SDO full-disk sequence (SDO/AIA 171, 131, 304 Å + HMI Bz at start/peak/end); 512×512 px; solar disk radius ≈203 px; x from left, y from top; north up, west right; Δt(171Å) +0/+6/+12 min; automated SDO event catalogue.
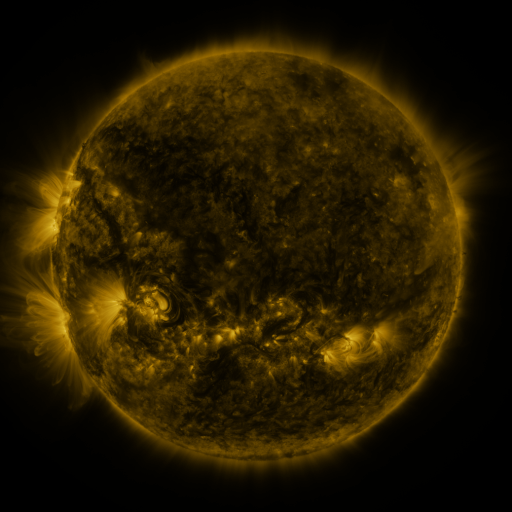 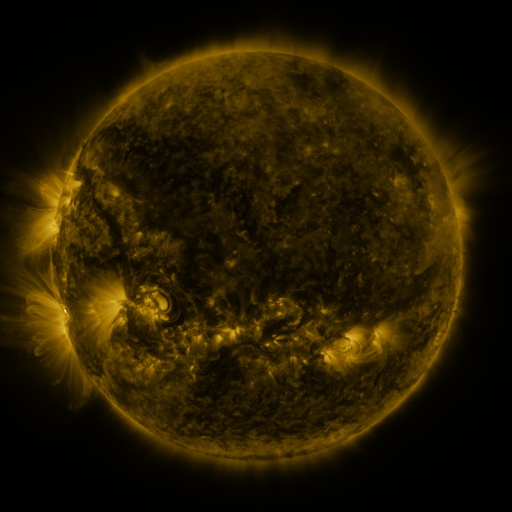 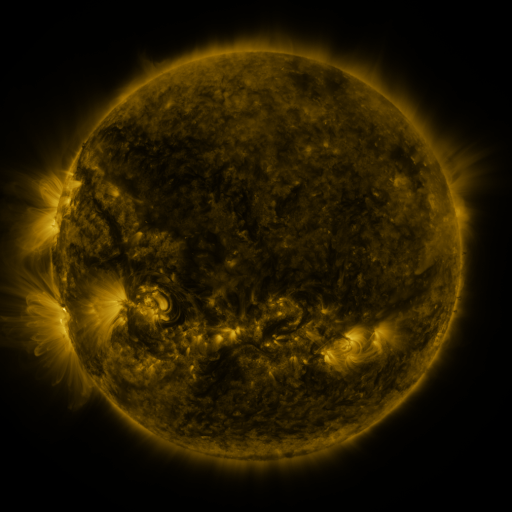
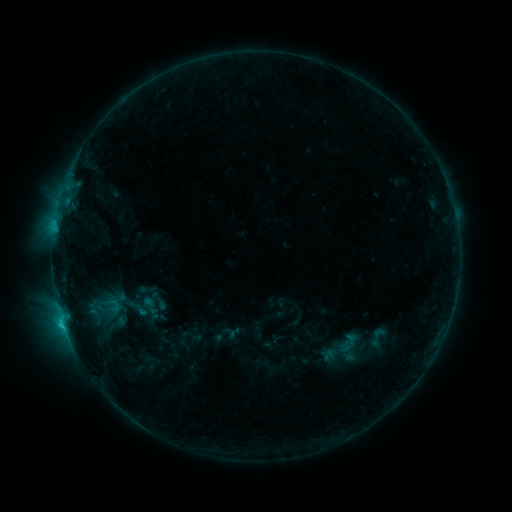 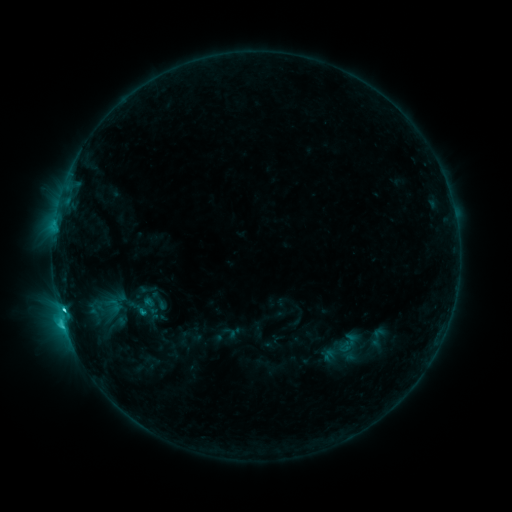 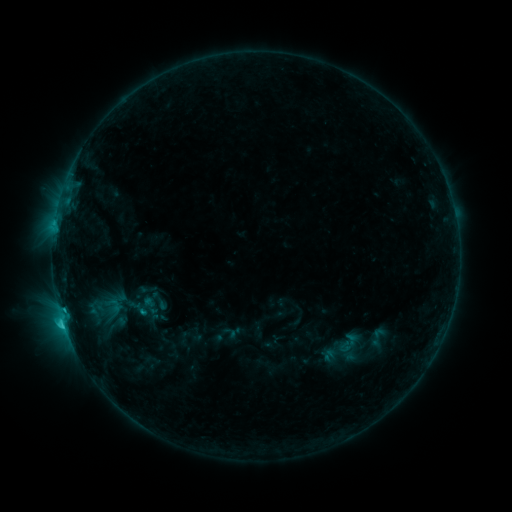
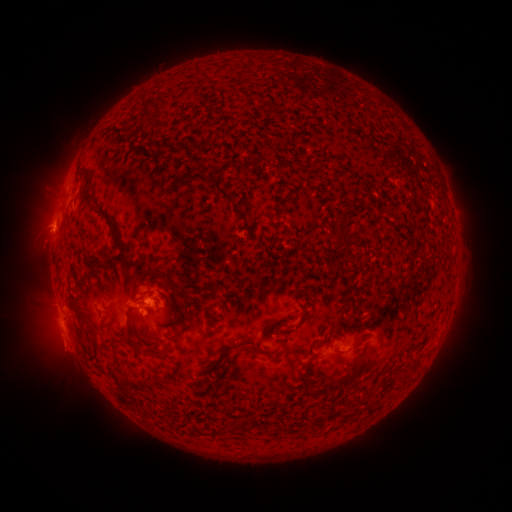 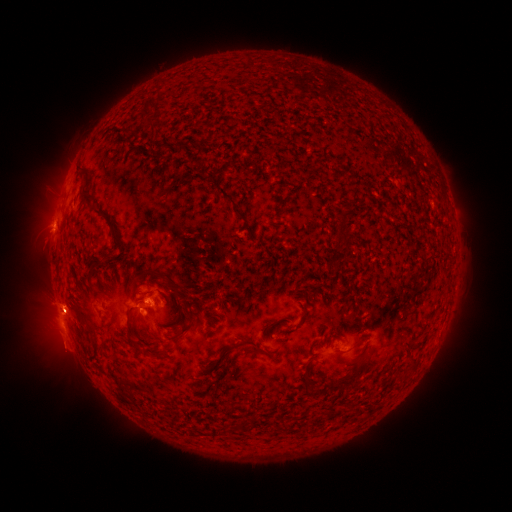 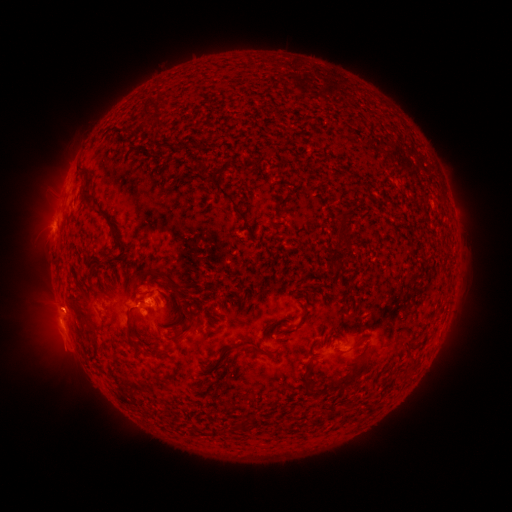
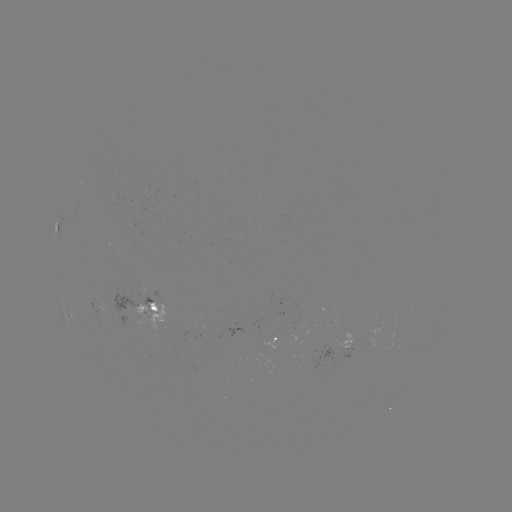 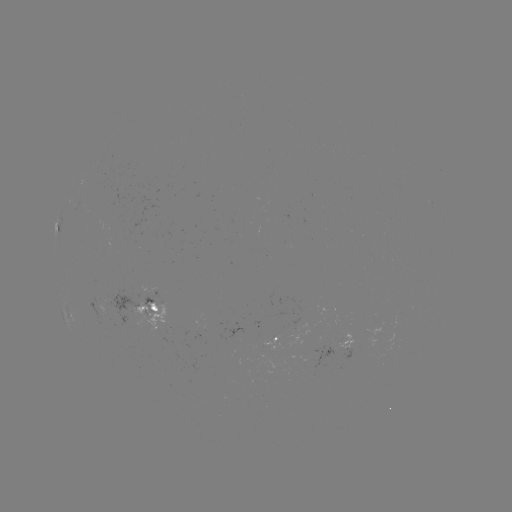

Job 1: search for C2.8 flare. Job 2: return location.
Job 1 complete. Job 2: [64, 306].